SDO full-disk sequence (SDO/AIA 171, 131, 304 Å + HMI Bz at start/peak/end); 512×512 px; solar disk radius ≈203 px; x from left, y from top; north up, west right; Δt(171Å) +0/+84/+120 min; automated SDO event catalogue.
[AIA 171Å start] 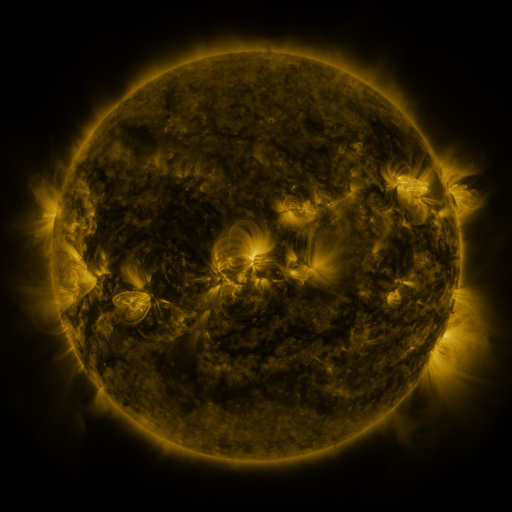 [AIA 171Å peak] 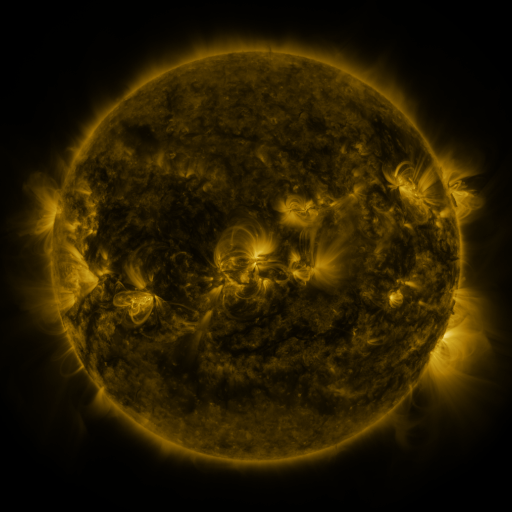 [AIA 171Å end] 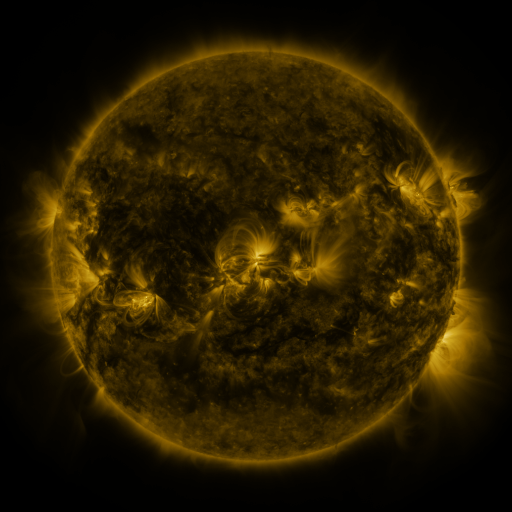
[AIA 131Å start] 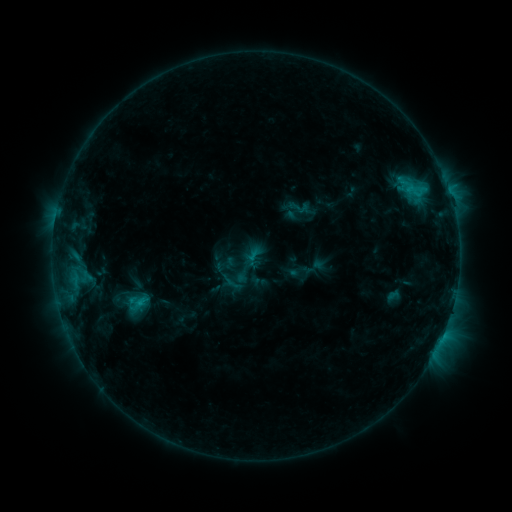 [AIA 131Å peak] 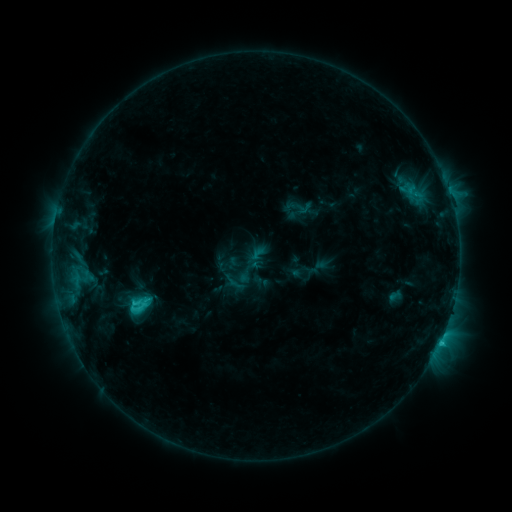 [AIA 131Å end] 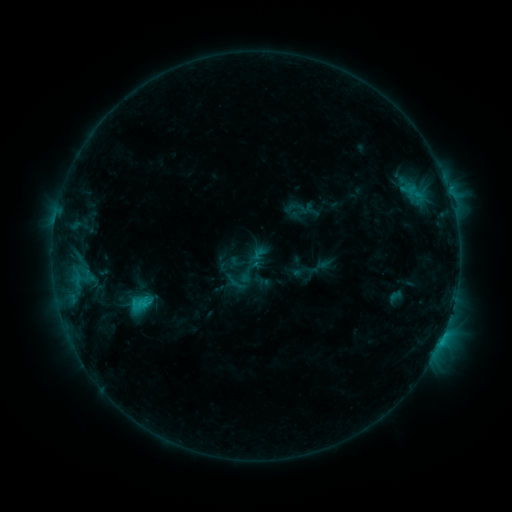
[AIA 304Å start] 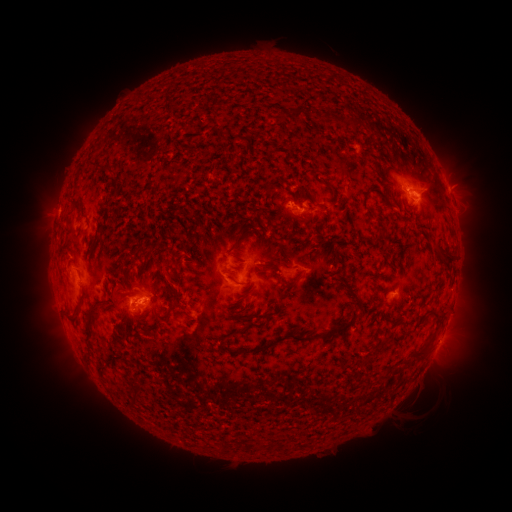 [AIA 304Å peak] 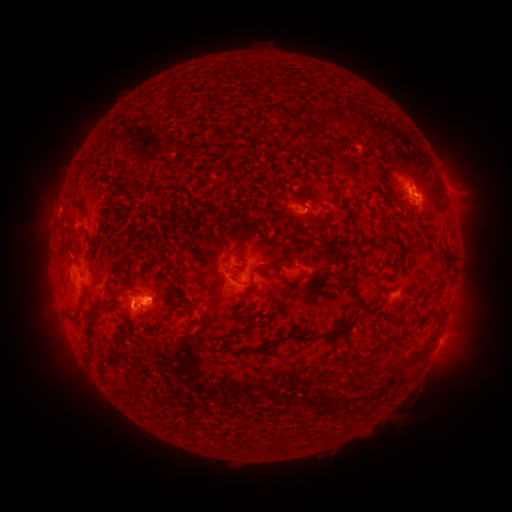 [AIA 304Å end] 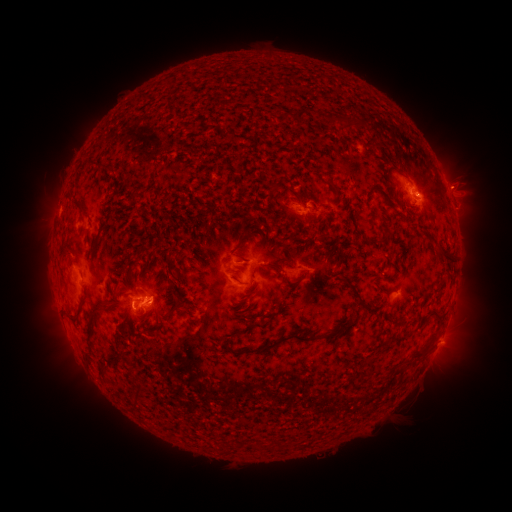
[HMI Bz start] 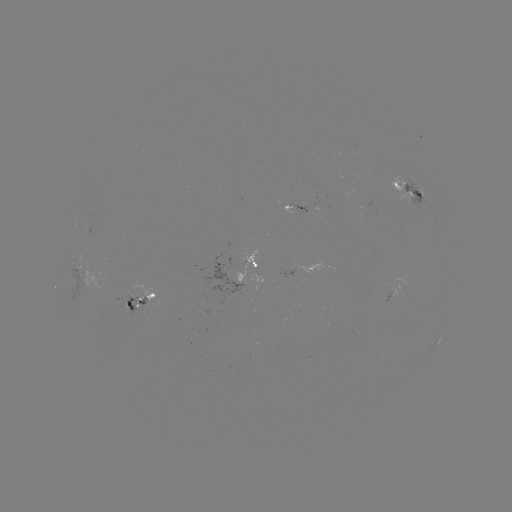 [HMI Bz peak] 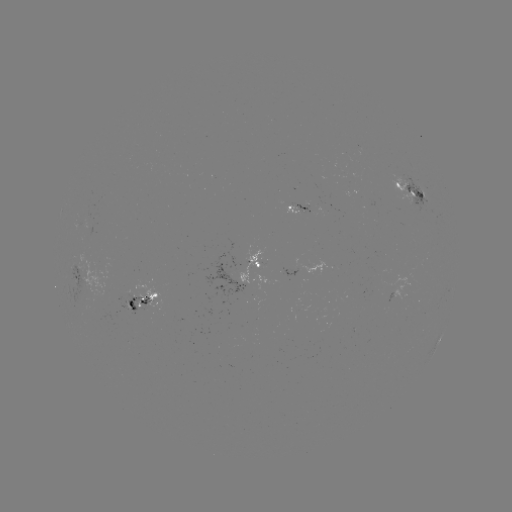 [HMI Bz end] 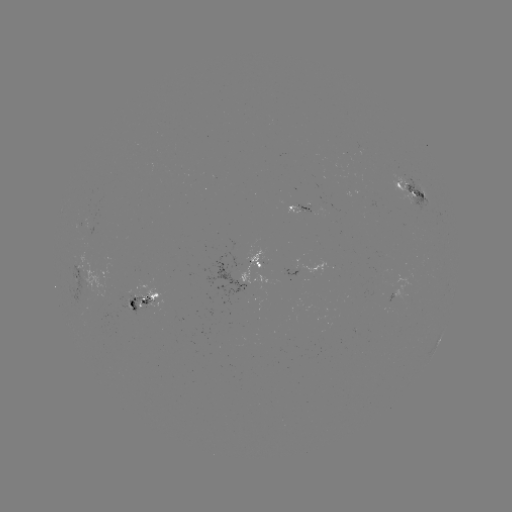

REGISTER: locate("emerging-flux region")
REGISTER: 310,211